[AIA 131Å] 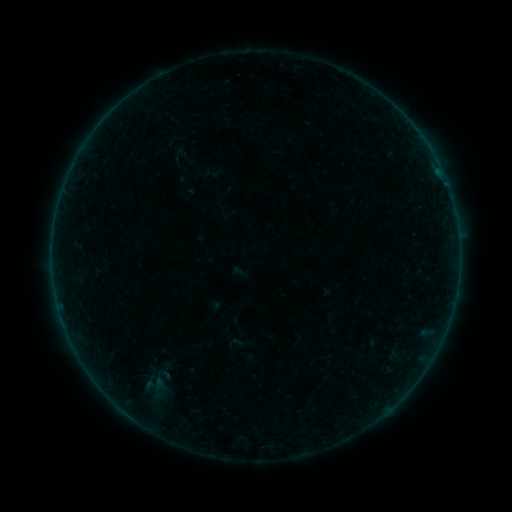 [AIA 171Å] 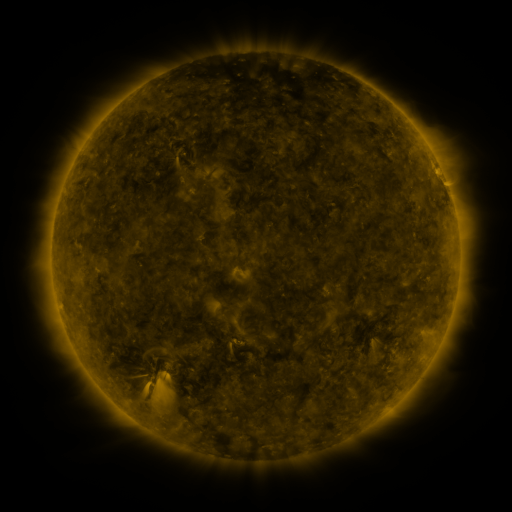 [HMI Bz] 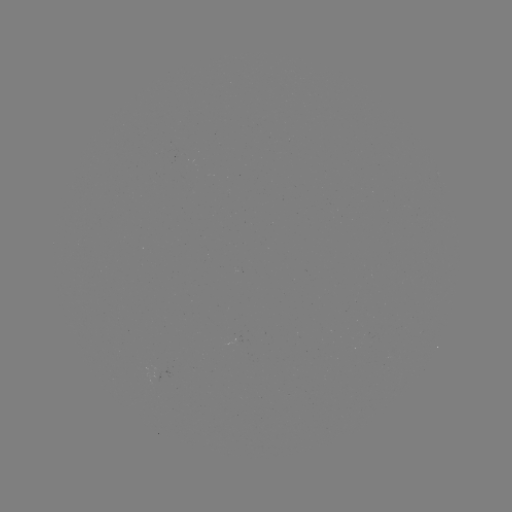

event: sigmoid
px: (158, 378)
